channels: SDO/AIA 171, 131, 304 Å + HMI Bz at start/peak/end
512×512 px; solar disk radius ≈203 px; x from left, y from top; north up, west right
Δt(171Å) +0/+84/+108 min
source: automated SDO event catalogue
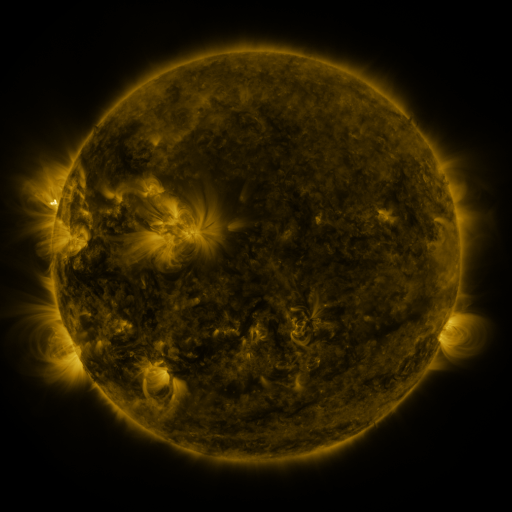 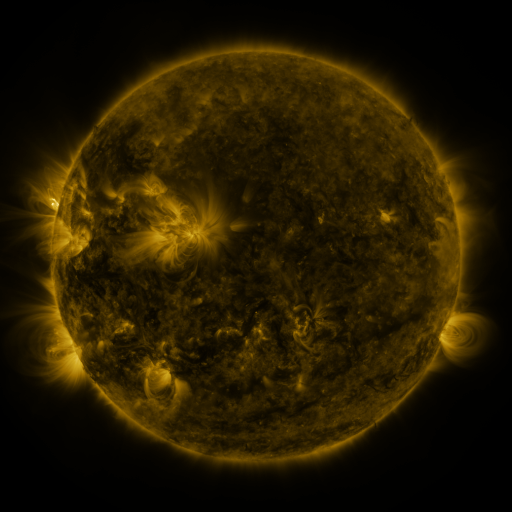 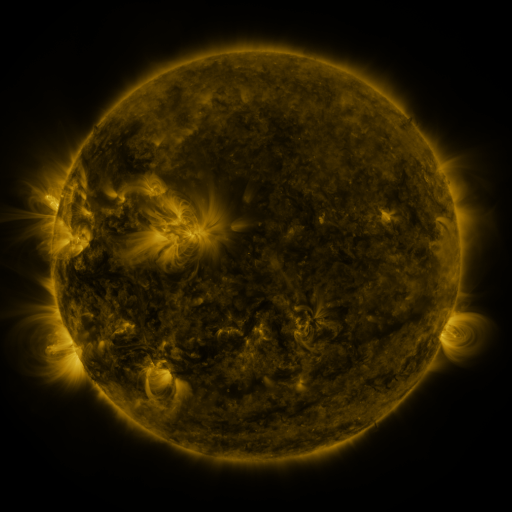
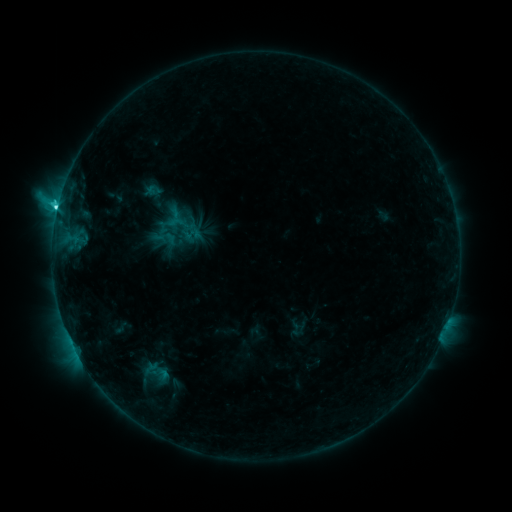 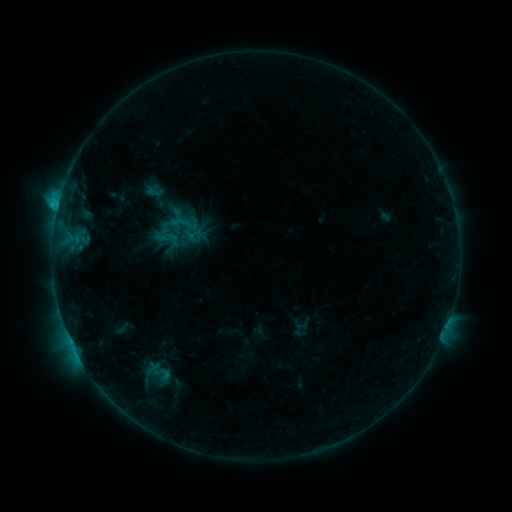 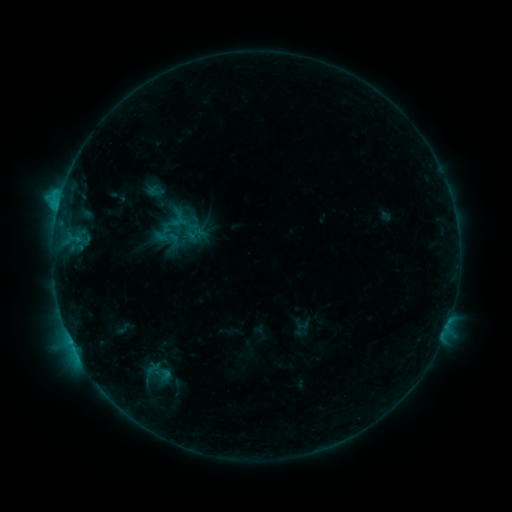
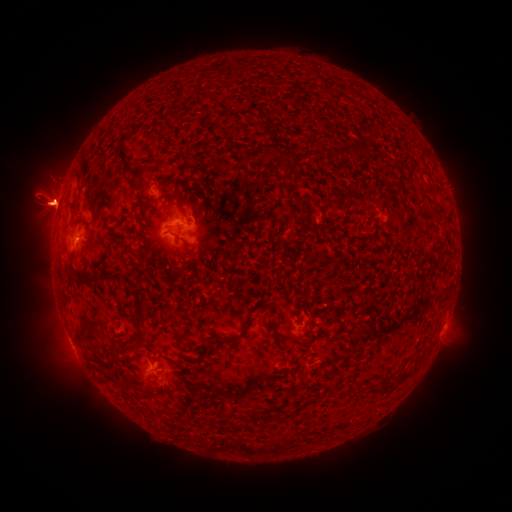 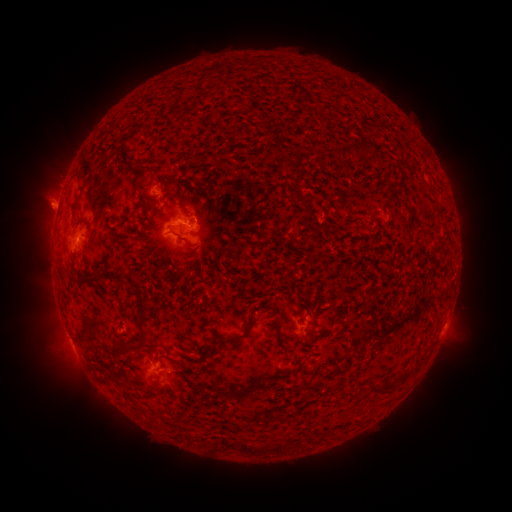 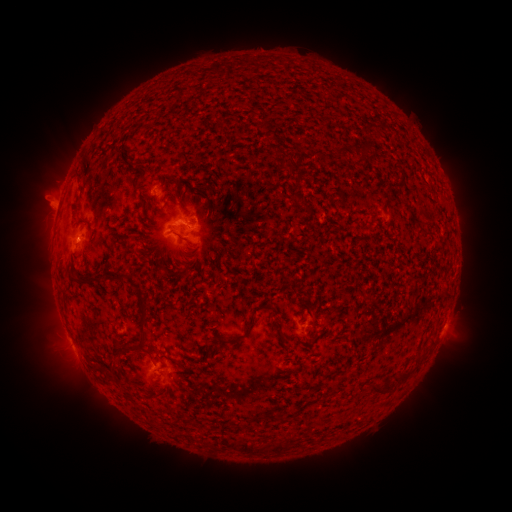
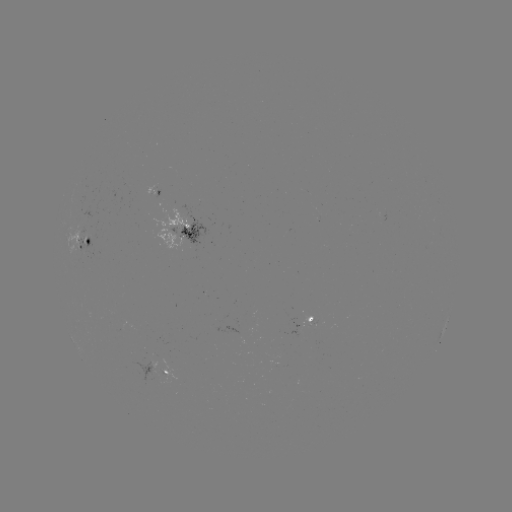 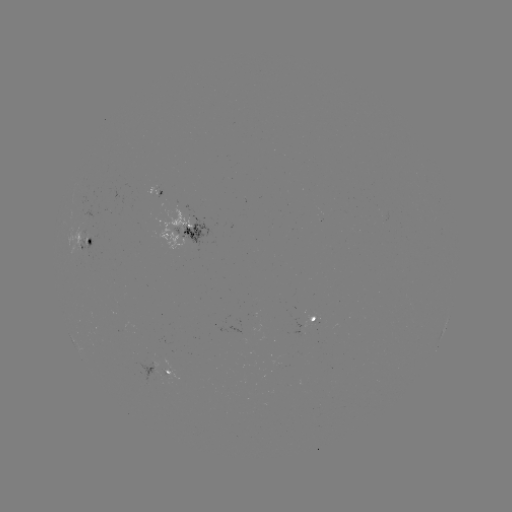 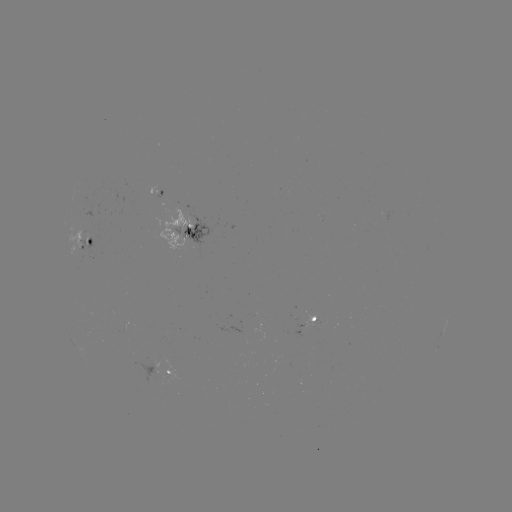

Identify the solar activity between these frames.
emerging-flux region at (310, 323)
